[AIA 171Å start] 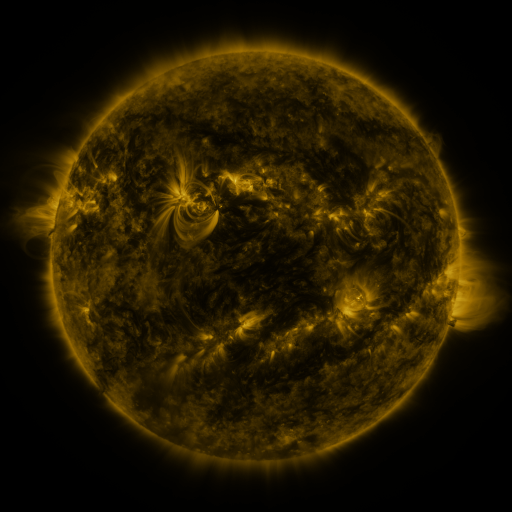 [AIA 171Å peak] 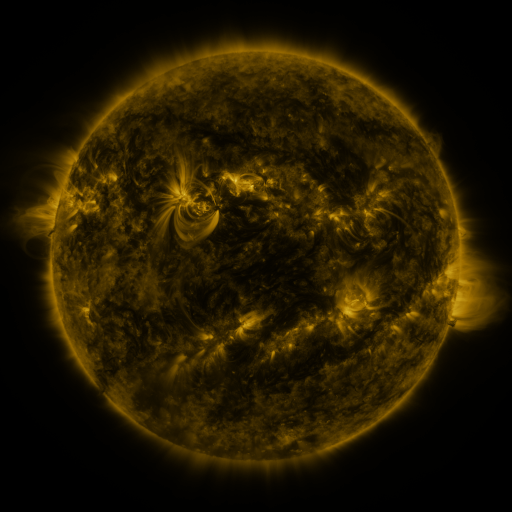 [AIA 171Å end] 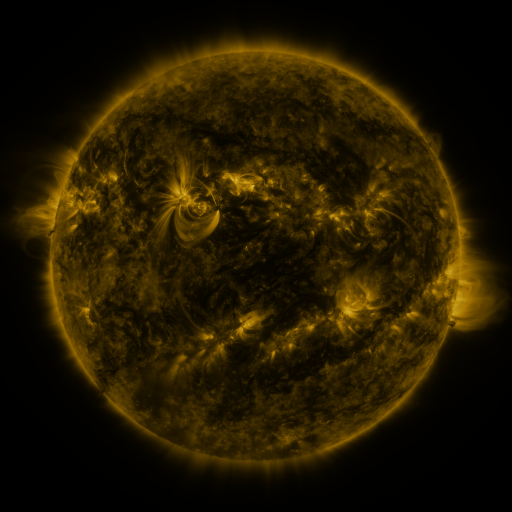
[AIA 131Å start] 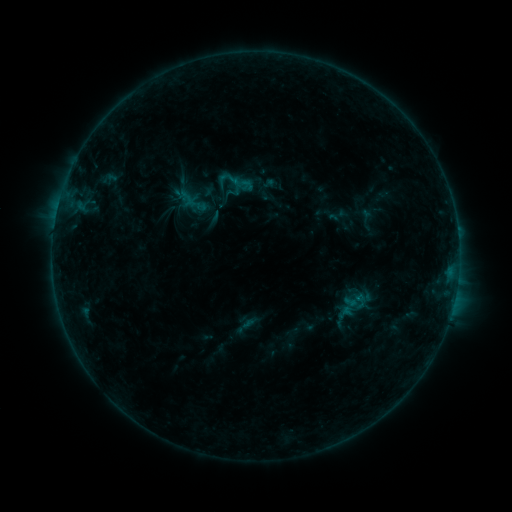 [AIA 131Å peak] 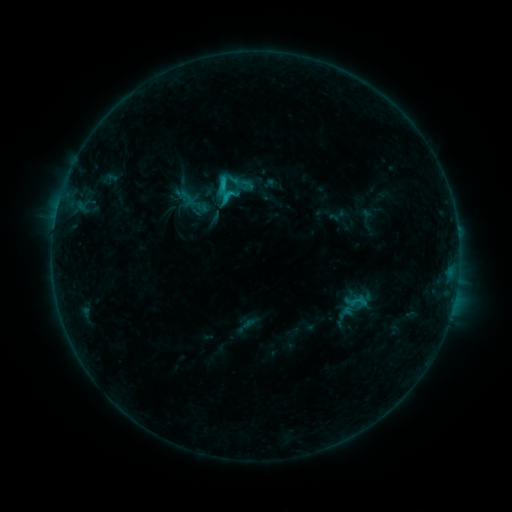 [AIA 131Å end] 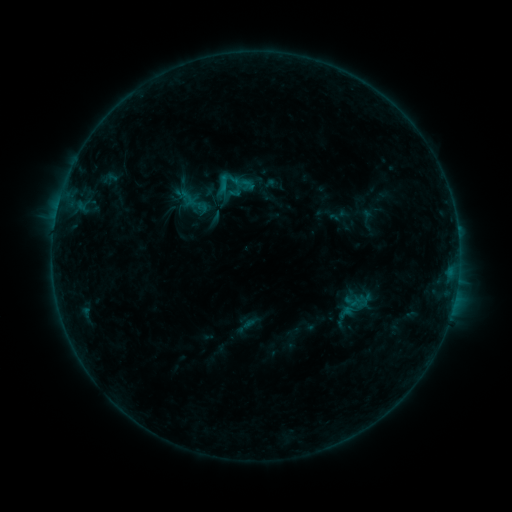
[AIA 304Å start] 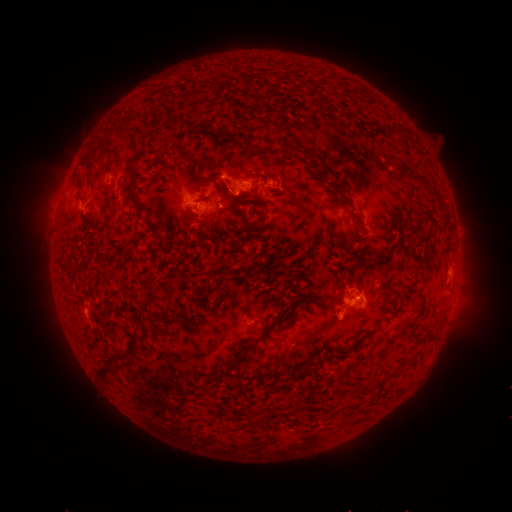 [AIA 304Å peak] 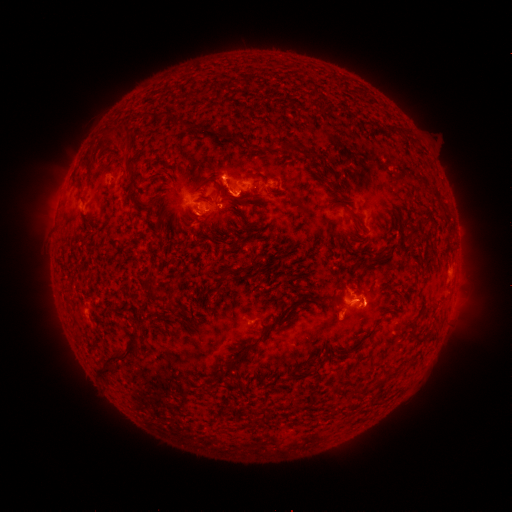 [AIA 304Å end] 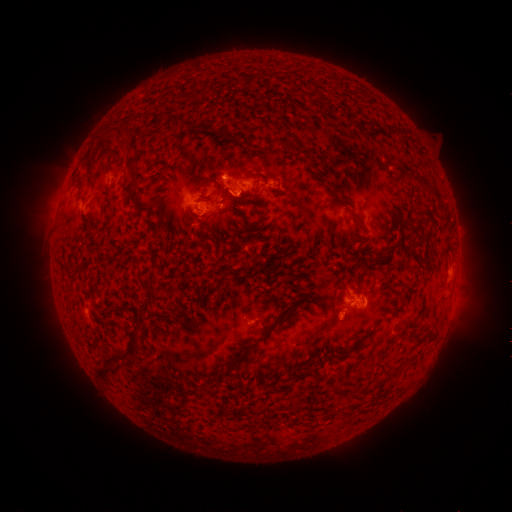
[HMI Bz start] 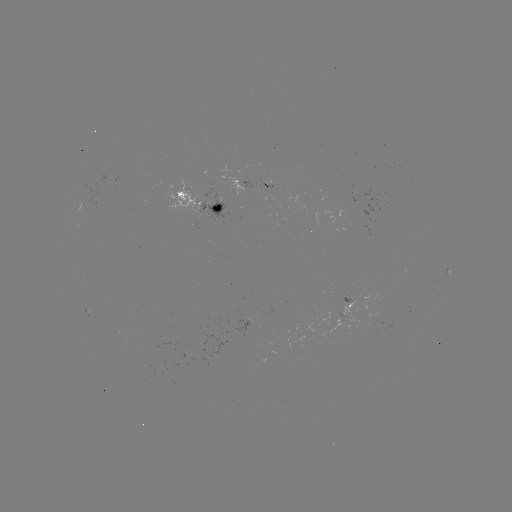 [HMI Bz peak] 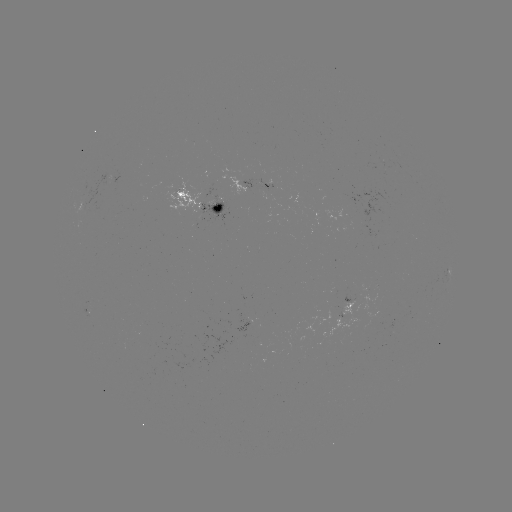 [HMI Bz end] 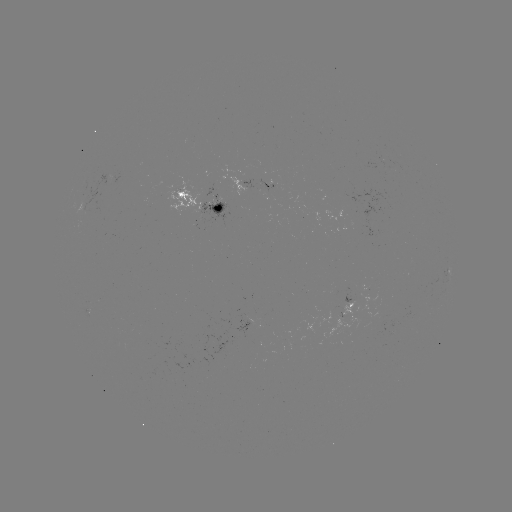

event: flare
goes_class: C1.4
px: (226, 182)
